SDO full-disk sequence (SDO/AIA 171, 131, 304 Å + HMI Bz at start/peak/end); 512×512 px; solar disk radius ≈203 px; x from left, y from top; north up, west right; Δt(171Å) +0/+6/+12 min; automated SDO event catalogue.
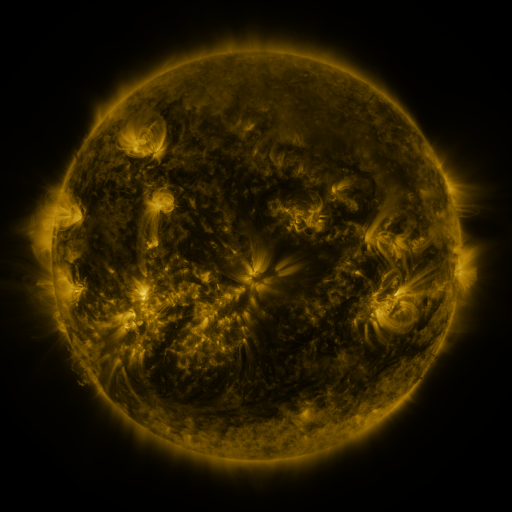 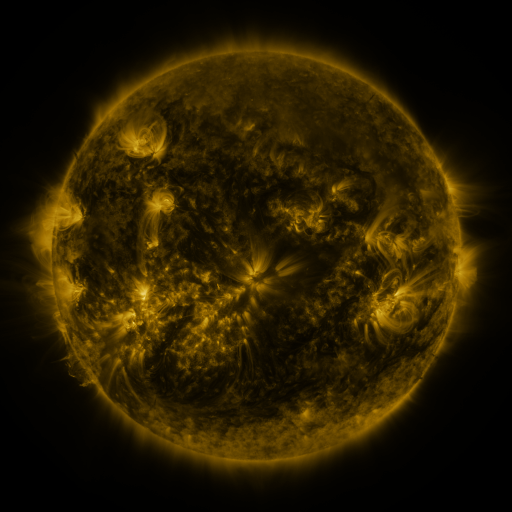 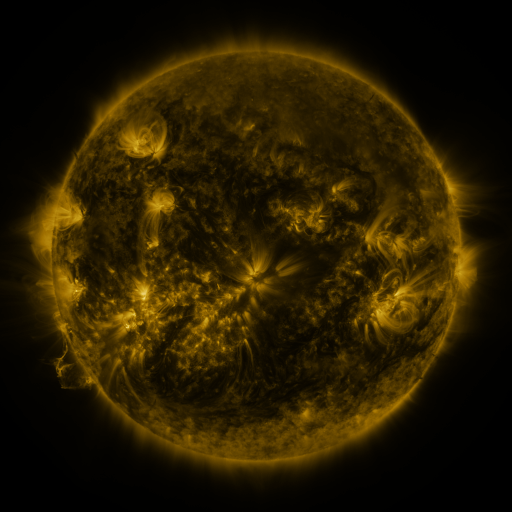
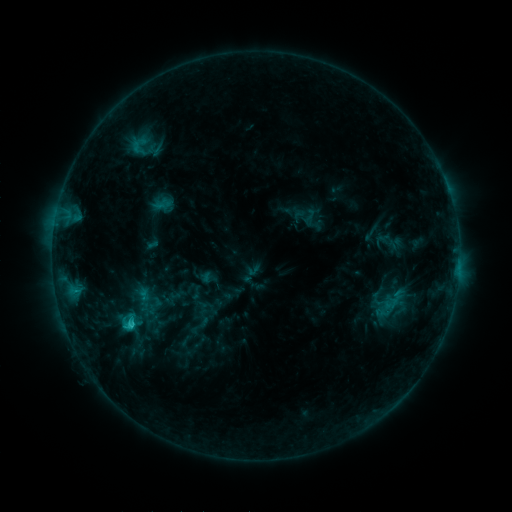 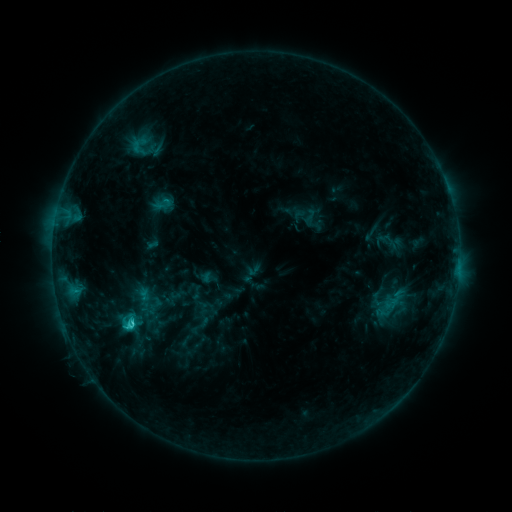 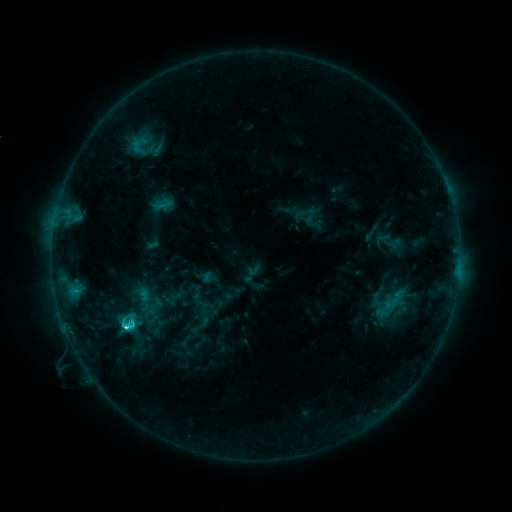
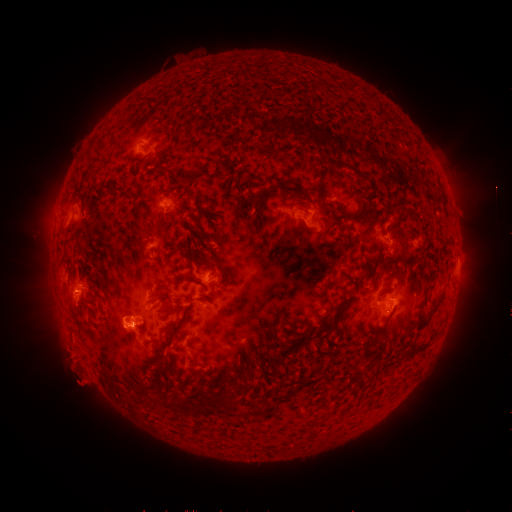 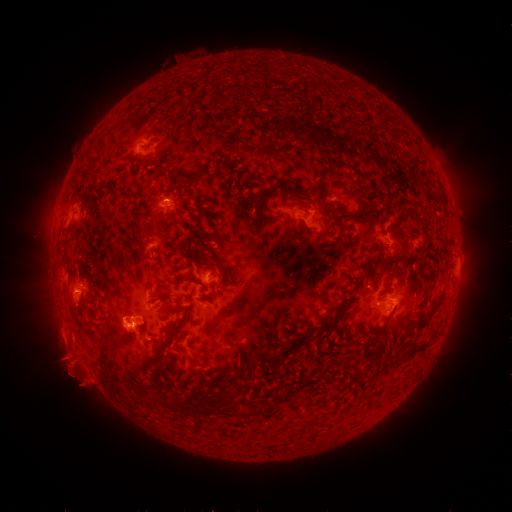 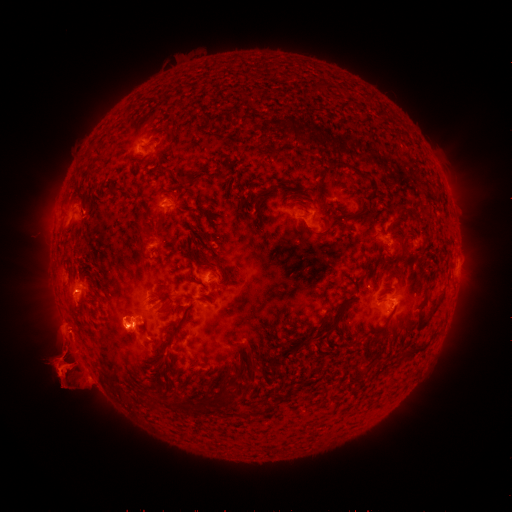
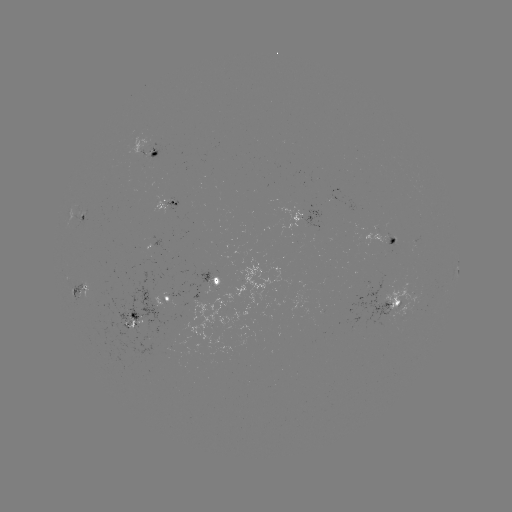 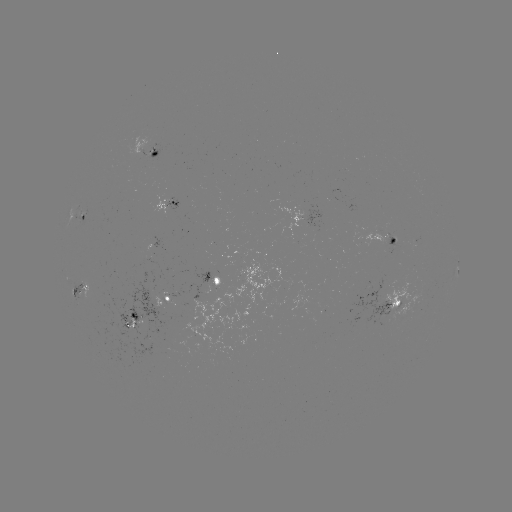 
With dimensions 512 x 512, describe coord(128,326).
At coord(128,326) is C3.6 flare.